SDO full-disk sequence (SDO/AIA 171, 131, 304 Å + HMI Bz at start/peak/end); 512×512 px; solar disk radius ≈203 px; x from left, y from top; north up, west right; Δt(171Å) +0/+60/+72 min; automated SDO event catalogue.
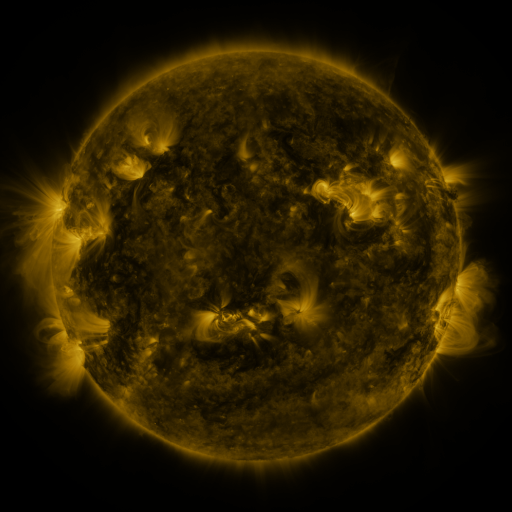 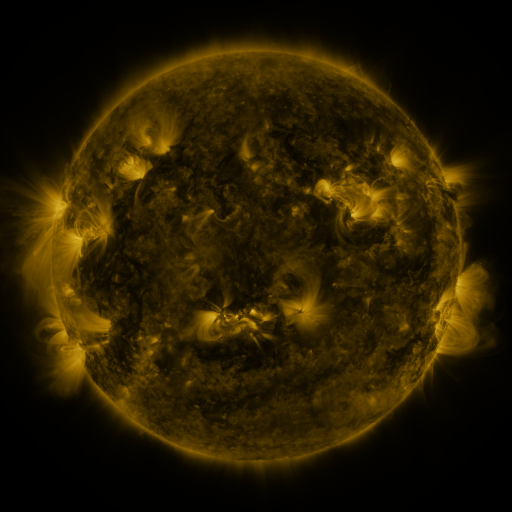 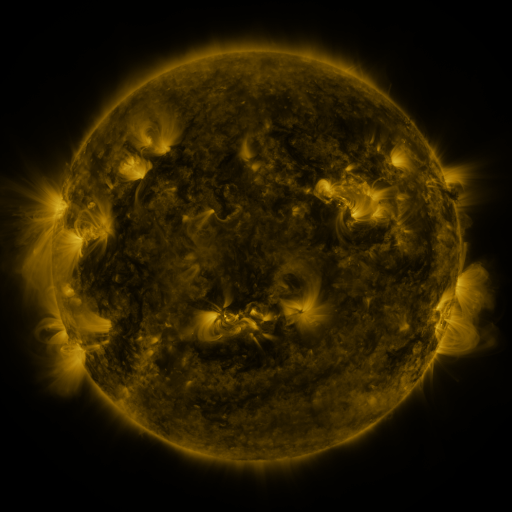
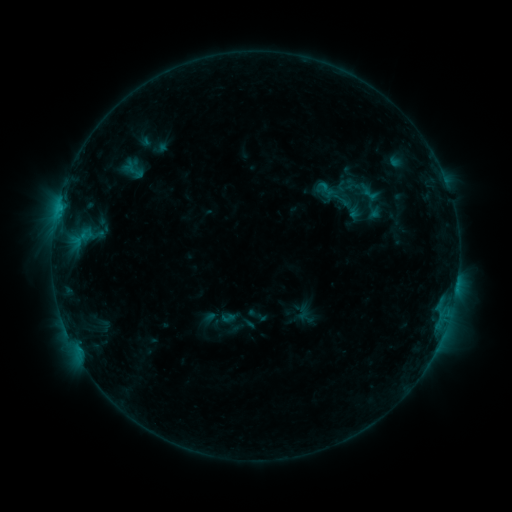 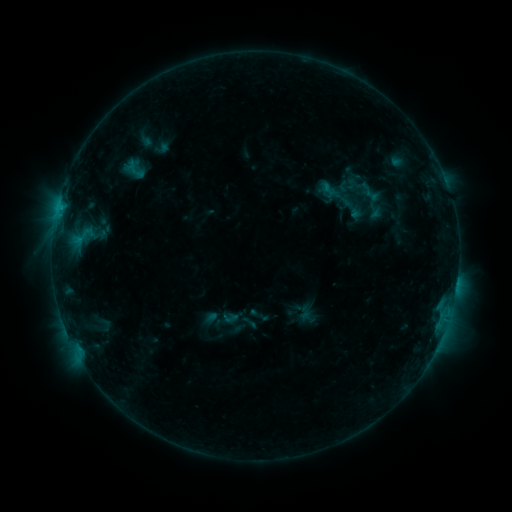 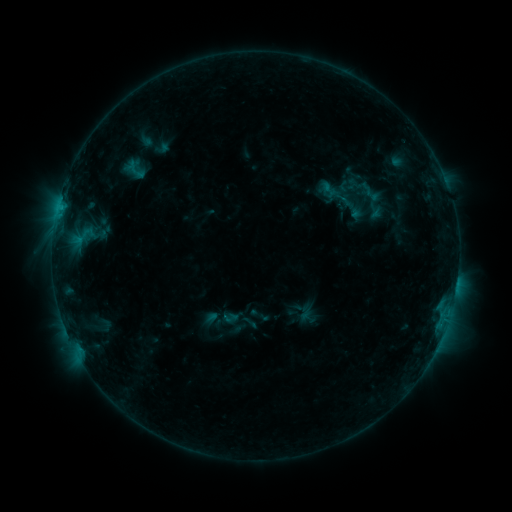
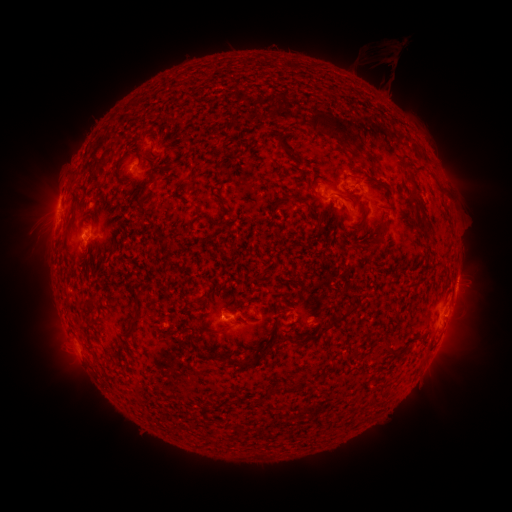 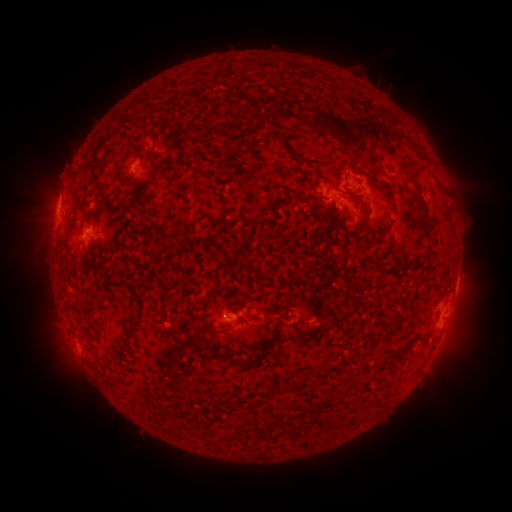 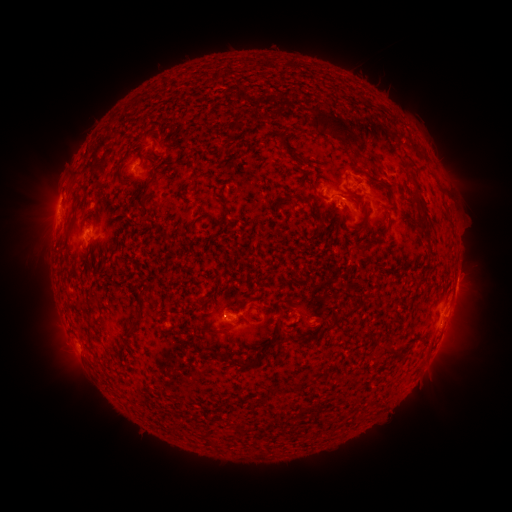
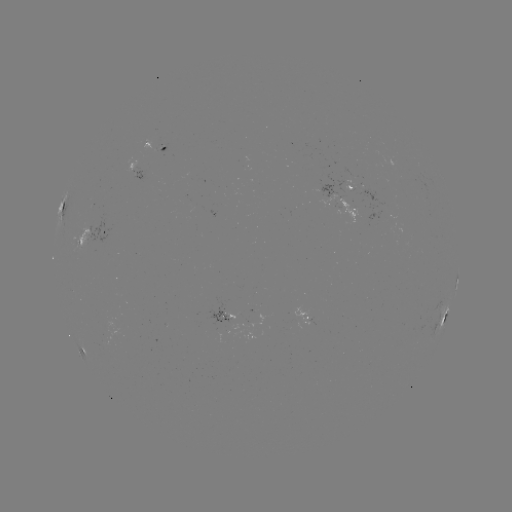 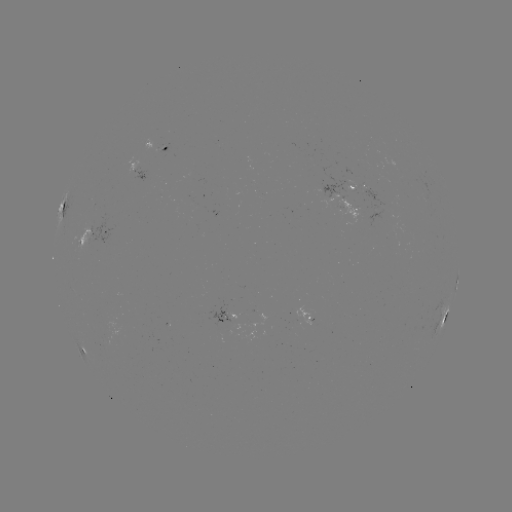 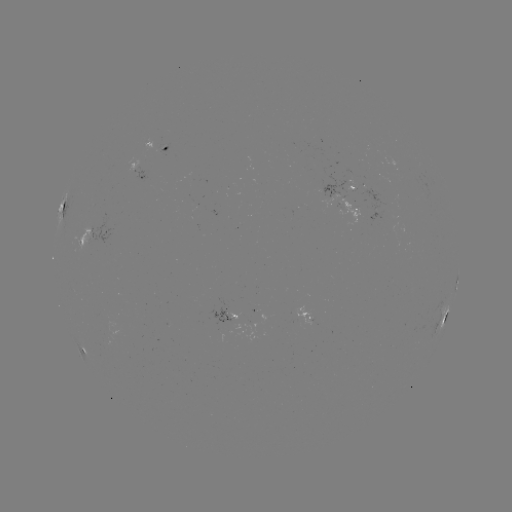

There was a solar emerging-flux region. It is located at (229, 312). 